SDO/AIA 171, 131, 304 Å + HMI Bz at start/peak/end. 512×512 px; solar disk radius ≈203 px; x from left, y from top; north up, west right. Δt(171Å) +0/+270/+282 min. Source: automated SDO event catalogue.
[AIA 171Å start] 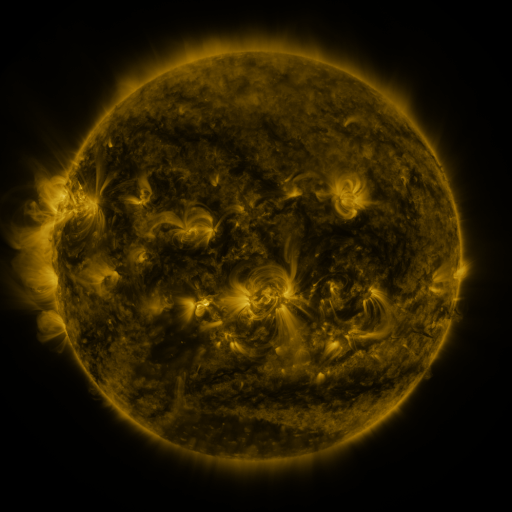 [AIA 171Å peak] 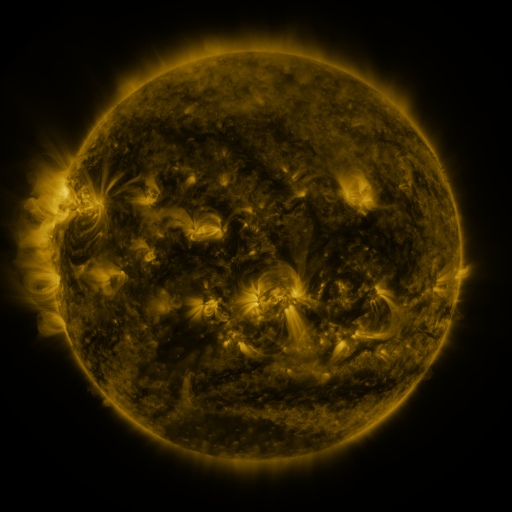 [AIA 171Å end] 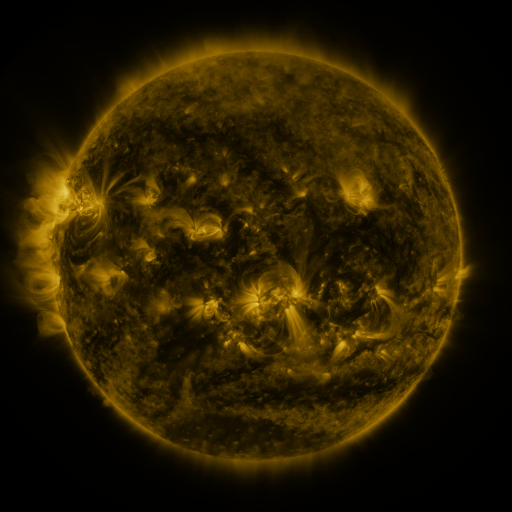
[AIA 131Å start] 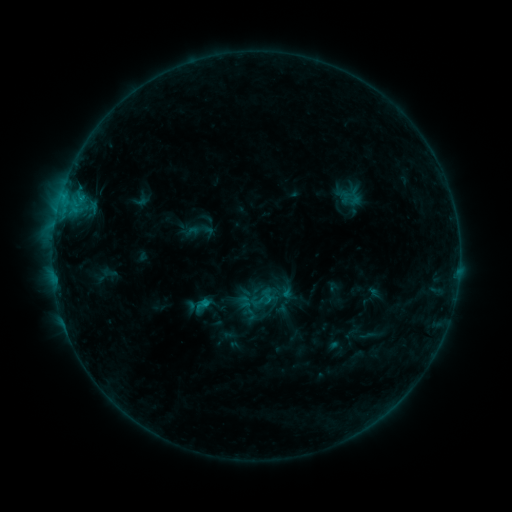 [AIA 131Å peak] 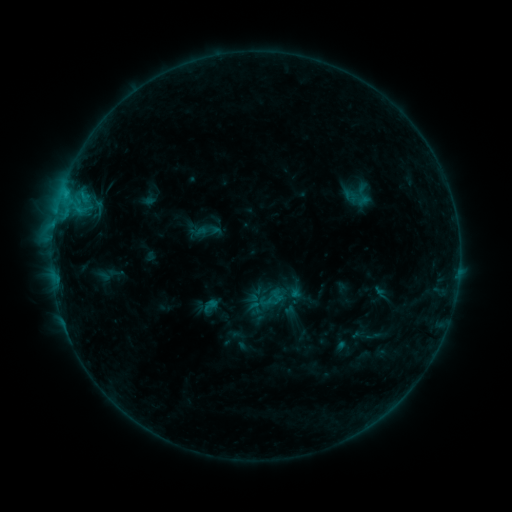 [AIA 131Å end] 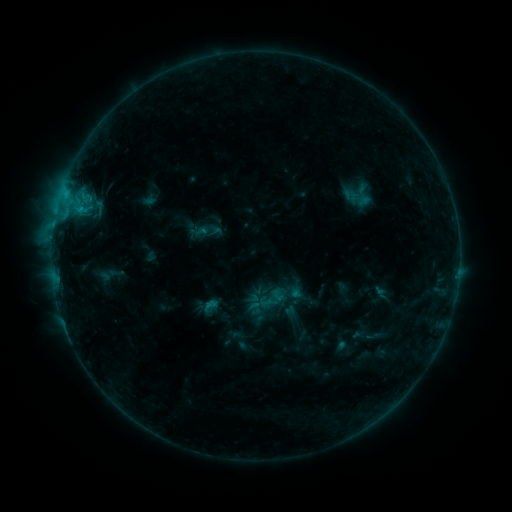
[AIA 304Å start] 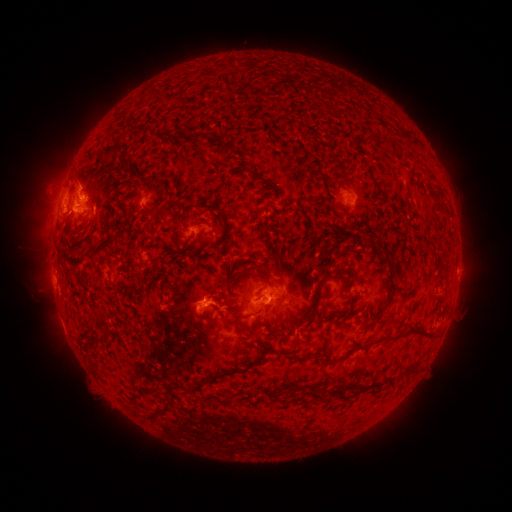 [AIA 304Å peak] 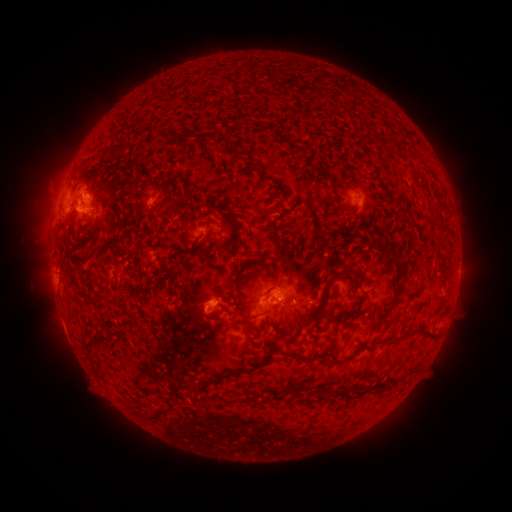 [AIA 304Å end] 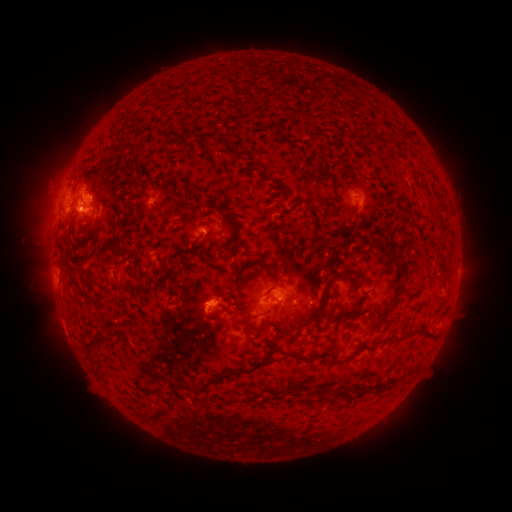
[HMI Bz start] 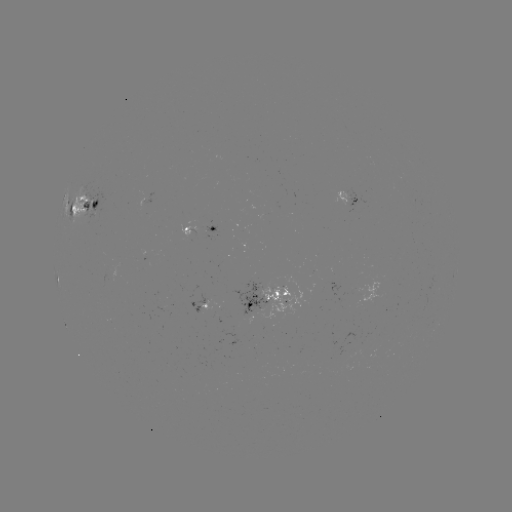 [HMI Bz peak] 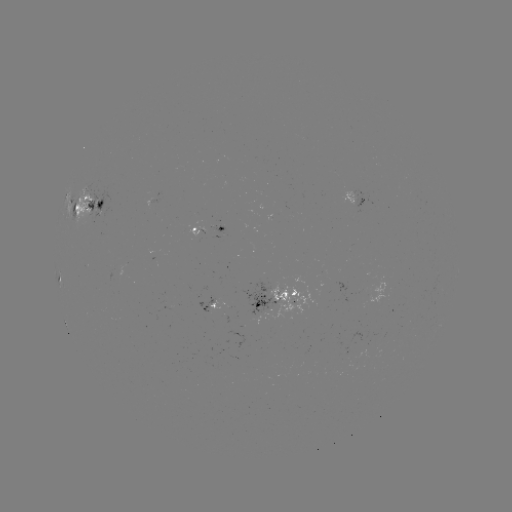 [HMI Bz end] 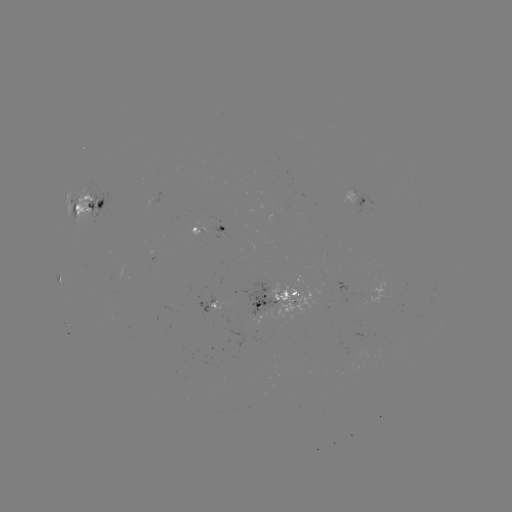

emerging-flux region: <bbox>264, 283, 314, 321</bbox>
